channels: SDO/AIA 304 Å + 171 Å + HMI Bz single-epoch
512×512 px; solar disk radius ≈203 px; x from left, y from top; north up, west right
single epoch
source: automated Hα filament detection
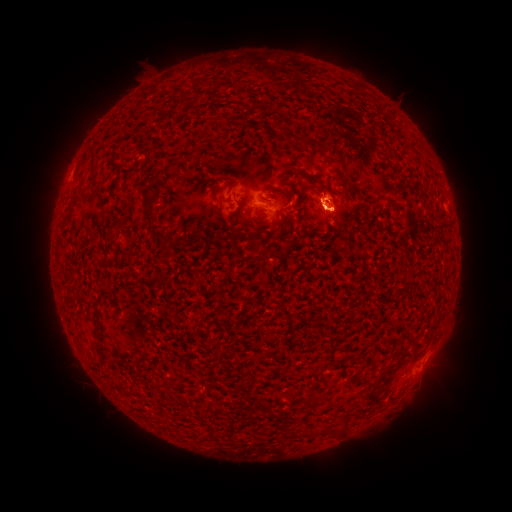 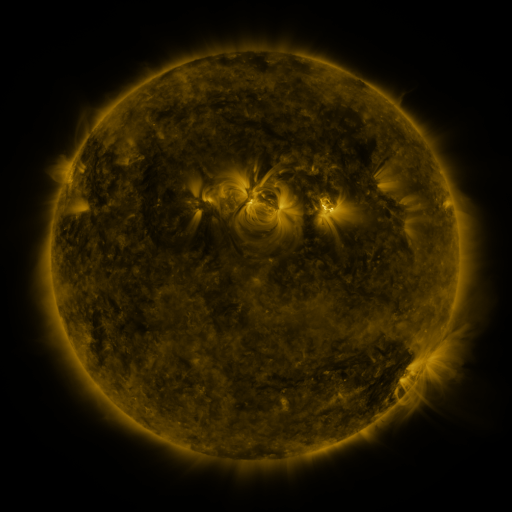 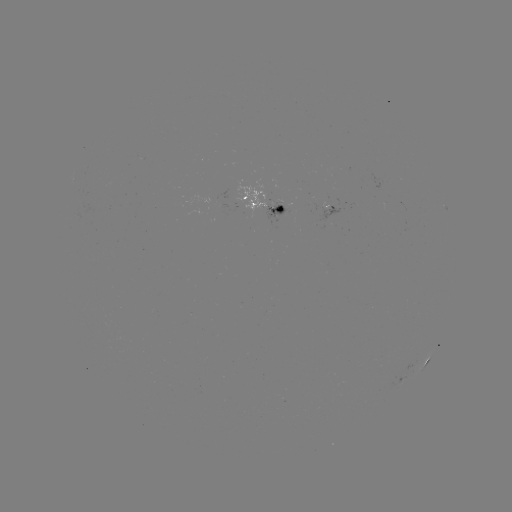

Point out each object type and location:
filament: (186, 99)
filament: (325, 150)
filament: (94, 172)
filament: (213, 191)
filament: (287, 196)
filament: (149, 201)
filament: (383, 202)
filament: (288, 219)
